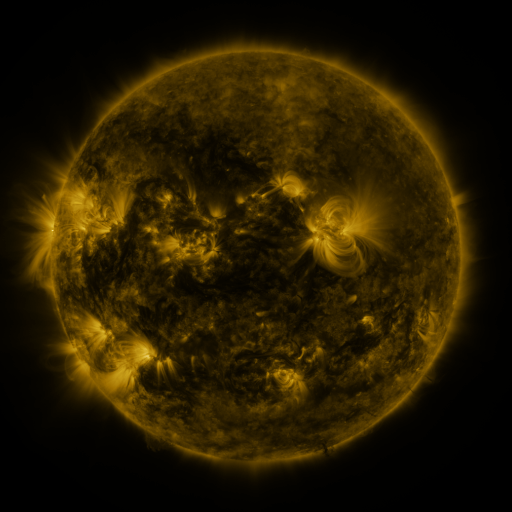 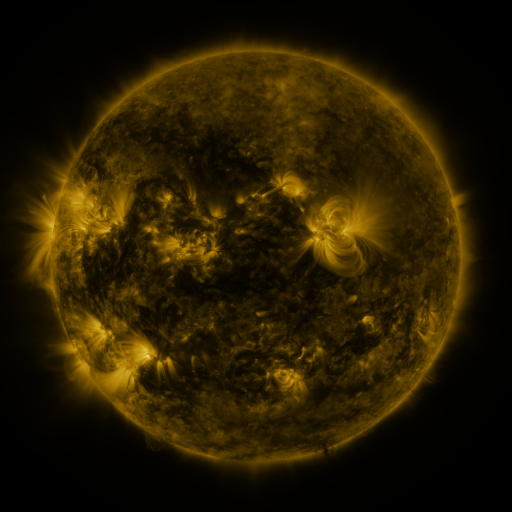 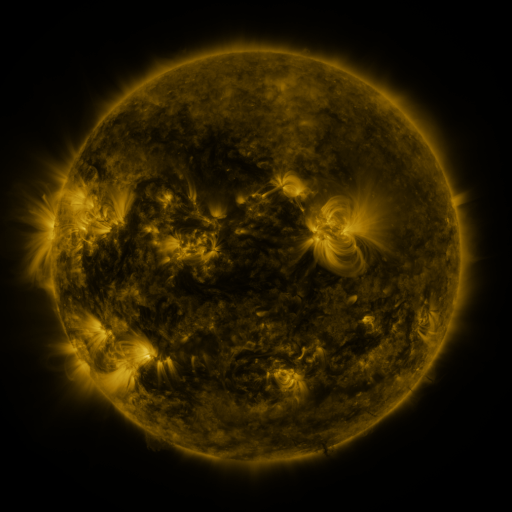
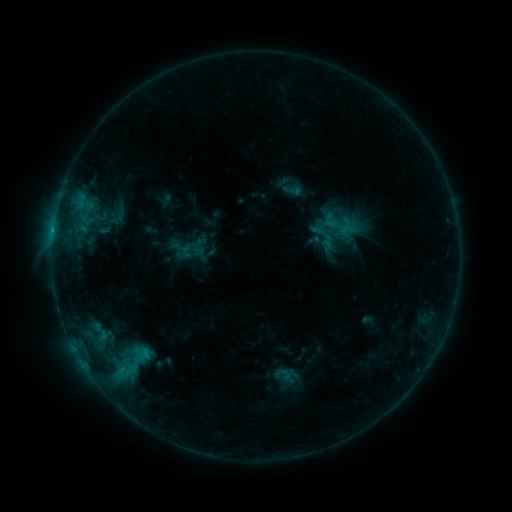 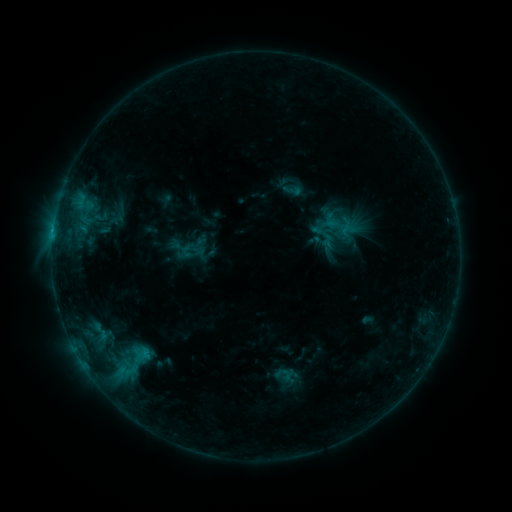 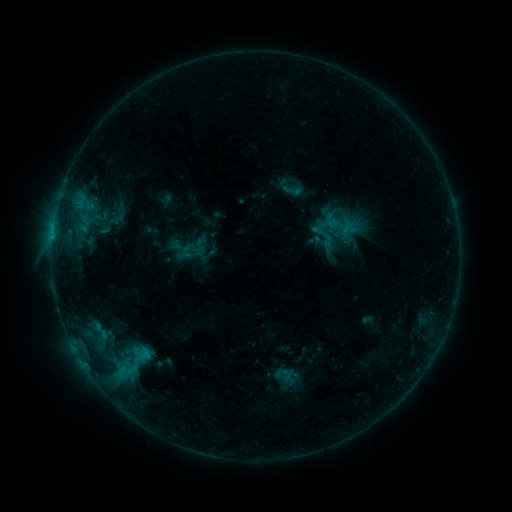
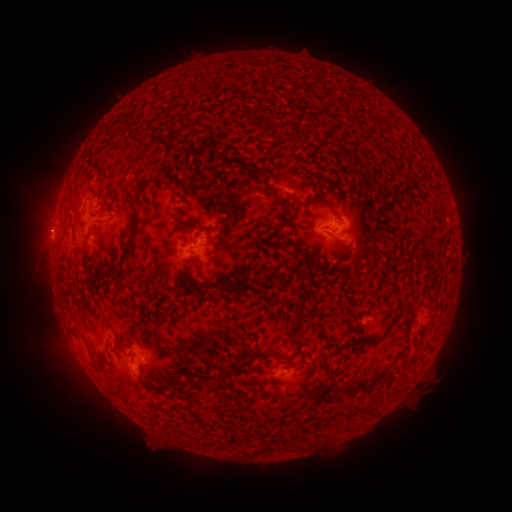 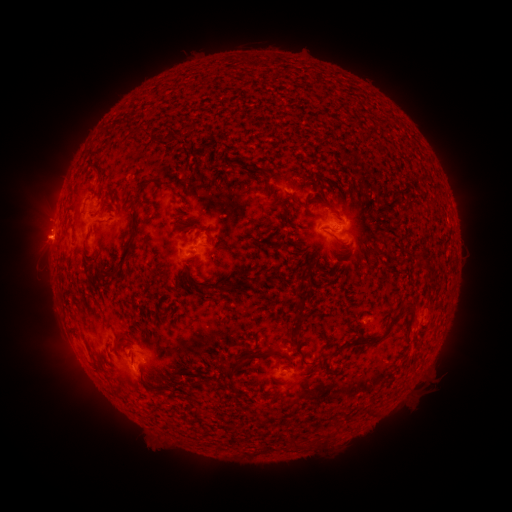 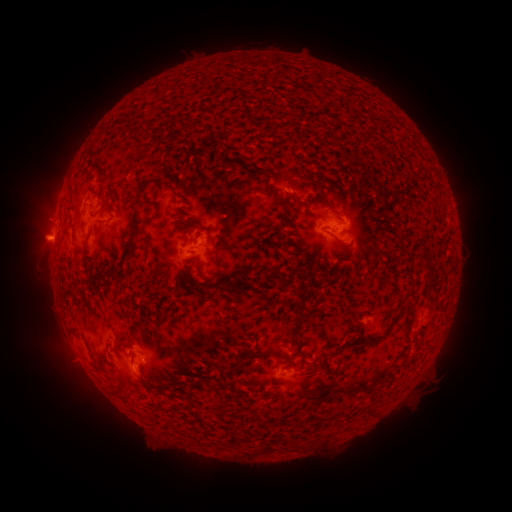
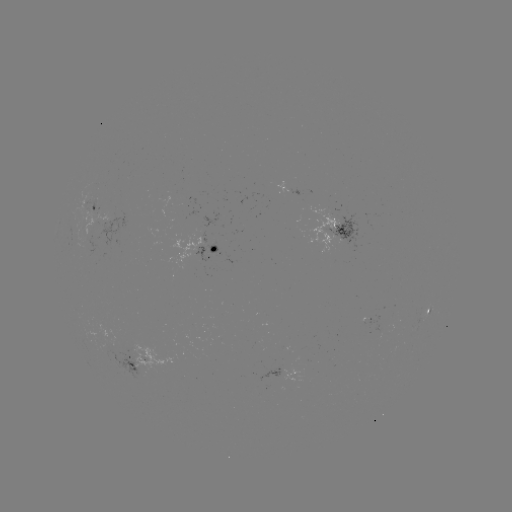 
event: eruption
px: (39, 242)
